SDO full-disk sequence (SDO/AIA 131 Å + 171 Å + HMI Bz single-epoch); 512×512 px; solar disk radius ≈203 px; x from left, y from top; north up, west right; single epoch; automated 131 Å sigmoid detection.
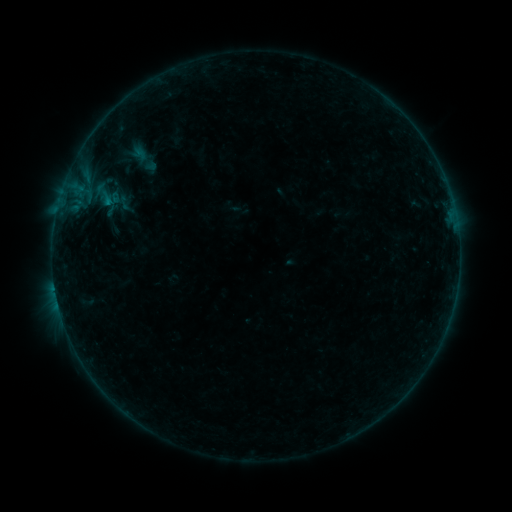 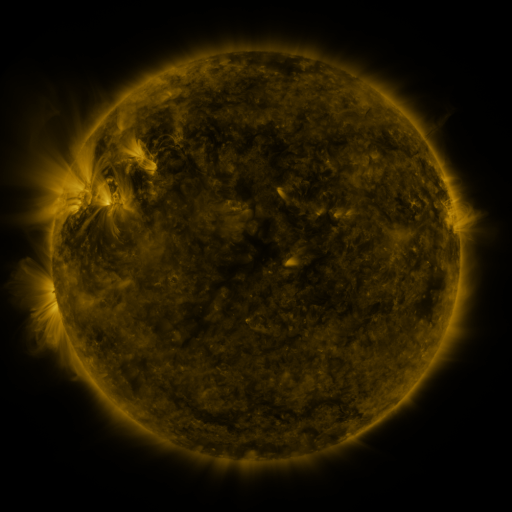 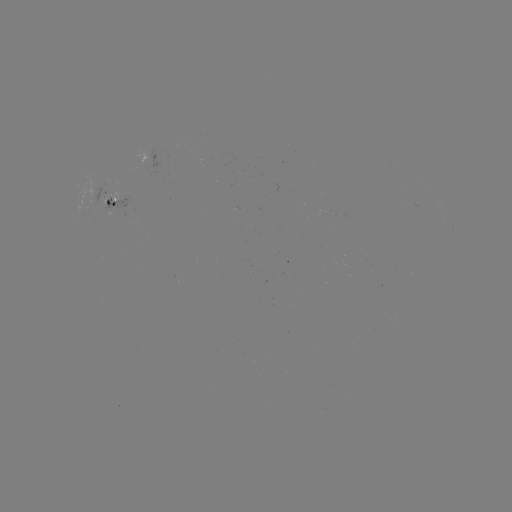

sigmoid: [89, 178, 123, 212]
